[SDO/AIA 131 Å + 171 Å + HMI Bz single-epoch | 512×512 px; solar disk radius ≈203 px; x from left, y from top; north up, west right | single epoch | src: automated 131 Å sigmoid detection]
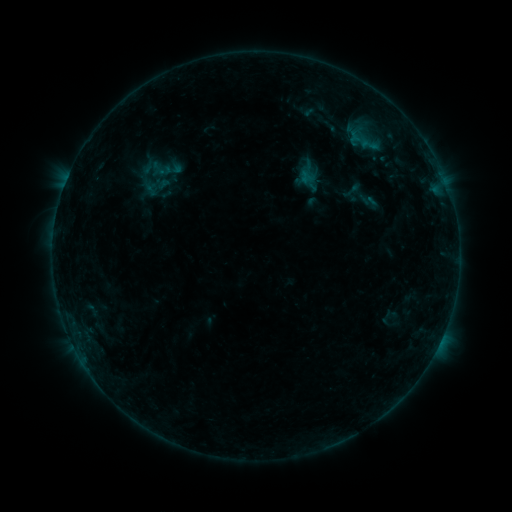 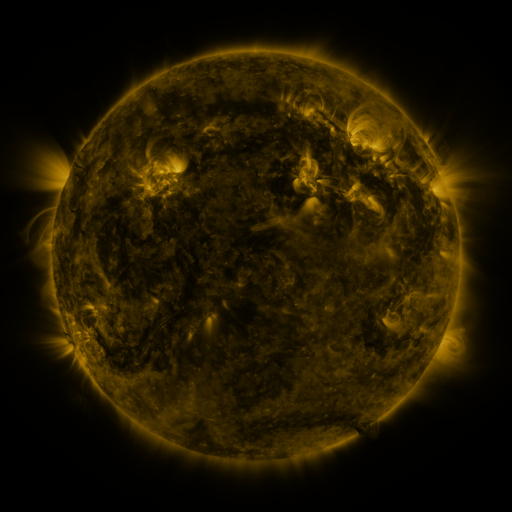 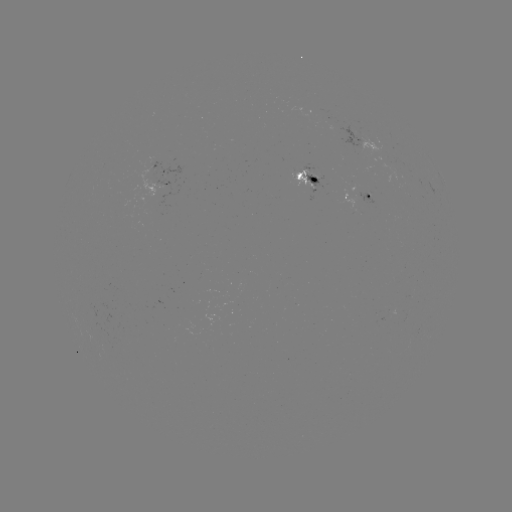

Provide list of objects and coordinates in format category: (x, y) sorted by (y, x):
sigmoid: (361, 140)
sigmoid: (361, 195)
